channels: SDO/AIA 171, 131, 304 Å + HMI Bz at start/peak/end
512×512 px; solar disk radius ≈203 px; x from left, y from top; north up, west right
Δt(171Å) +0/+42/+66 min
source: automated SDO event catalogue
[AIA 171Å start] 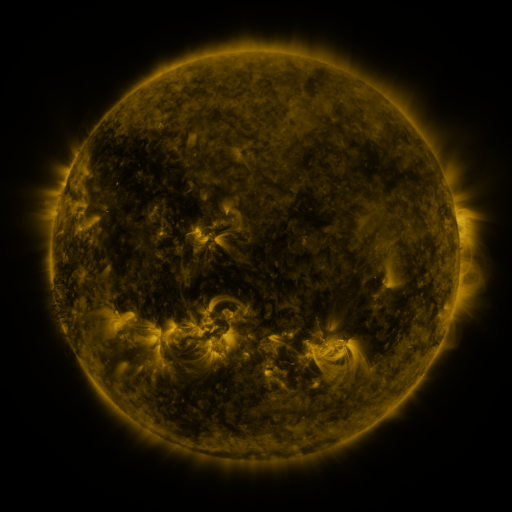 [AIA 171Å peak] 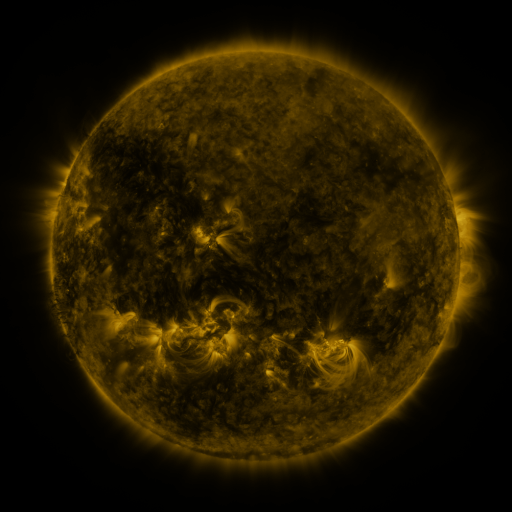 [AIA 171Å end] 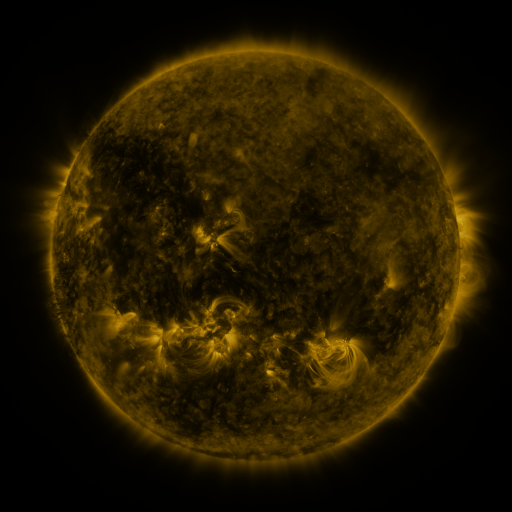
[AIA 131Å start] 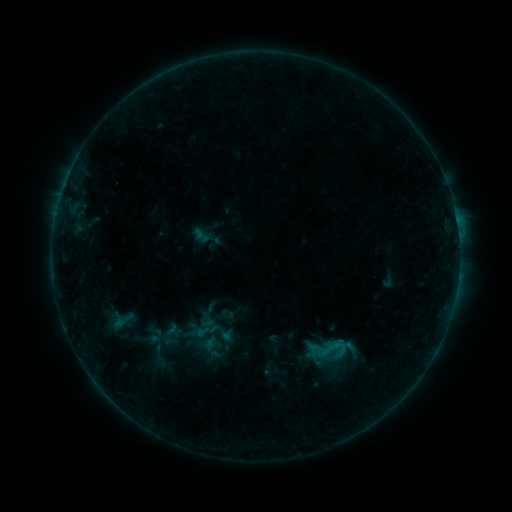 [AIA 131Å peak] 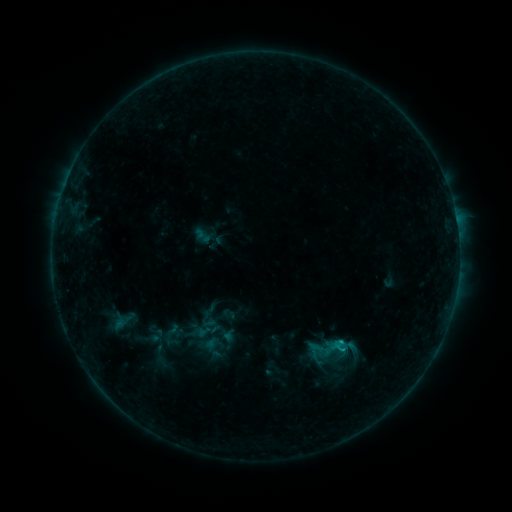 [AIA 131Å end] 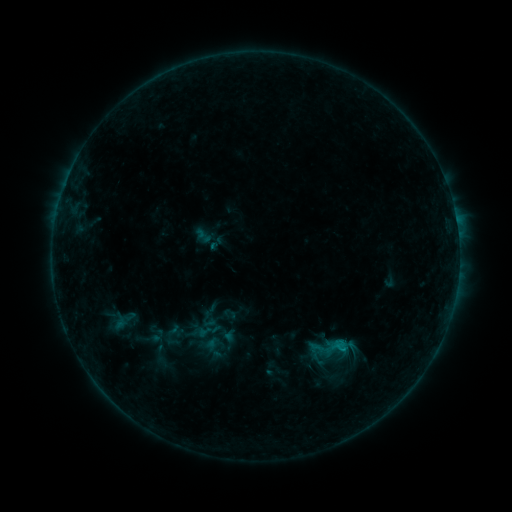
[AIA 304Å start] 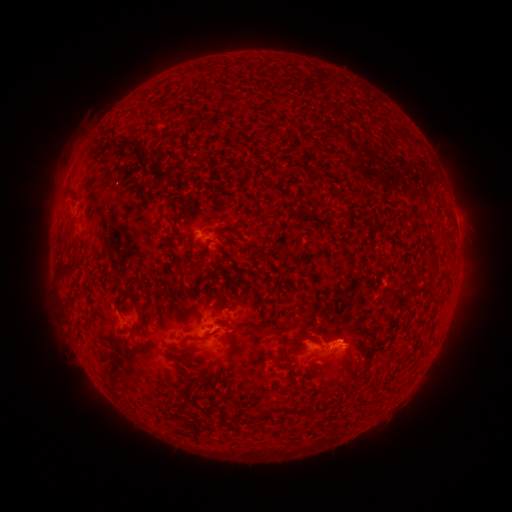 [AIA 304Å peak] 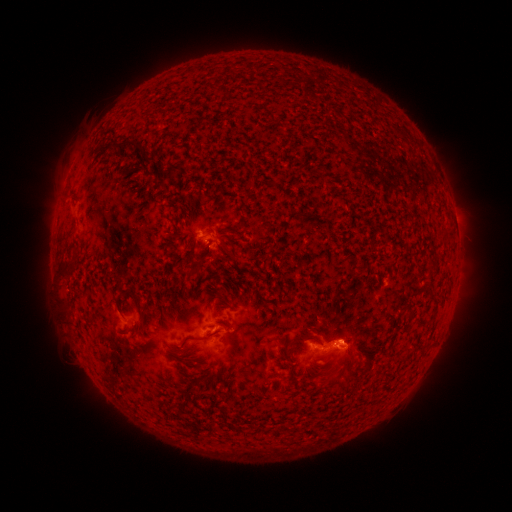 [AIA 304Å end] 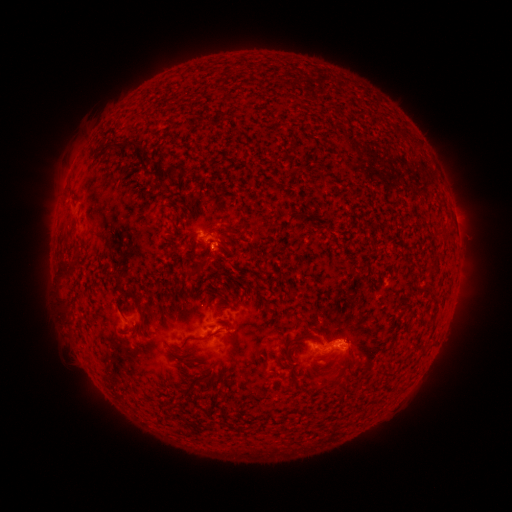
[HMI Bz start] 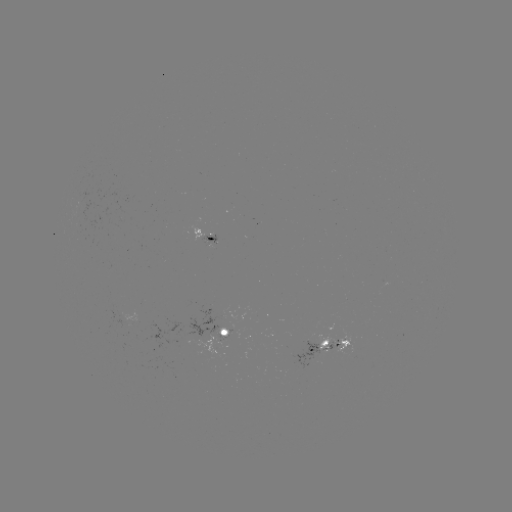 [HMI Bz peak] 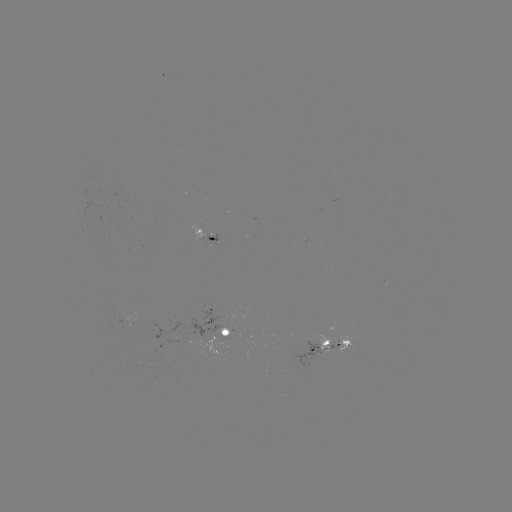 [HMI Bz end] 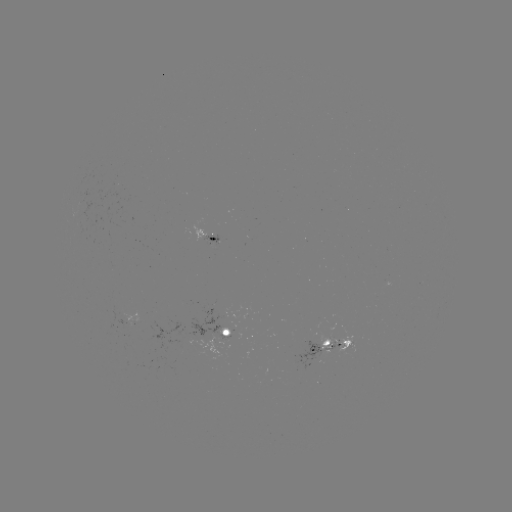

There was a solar flare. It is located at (342, 346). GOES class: B6.1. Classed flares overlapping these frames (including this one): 1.